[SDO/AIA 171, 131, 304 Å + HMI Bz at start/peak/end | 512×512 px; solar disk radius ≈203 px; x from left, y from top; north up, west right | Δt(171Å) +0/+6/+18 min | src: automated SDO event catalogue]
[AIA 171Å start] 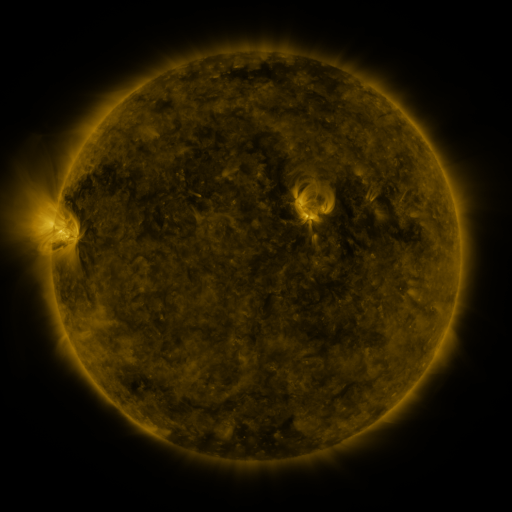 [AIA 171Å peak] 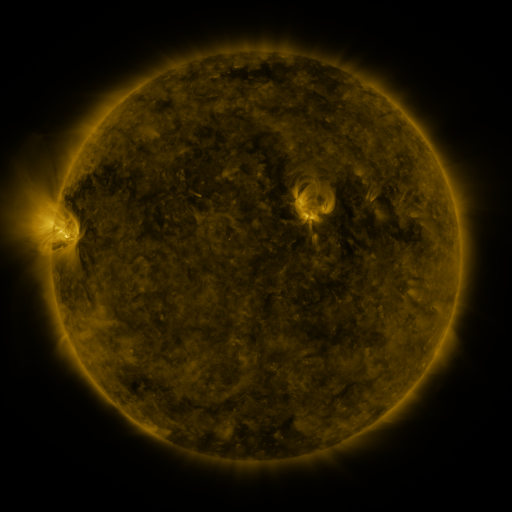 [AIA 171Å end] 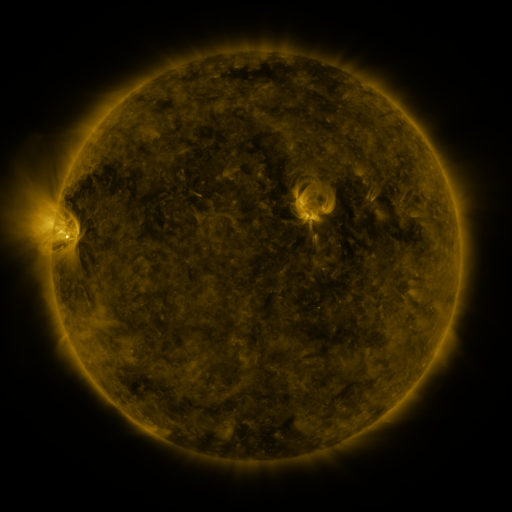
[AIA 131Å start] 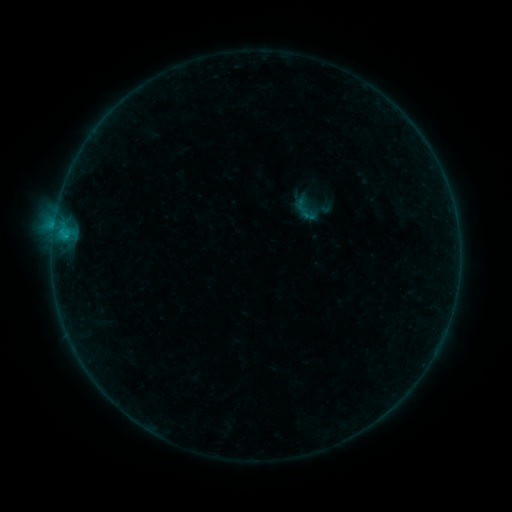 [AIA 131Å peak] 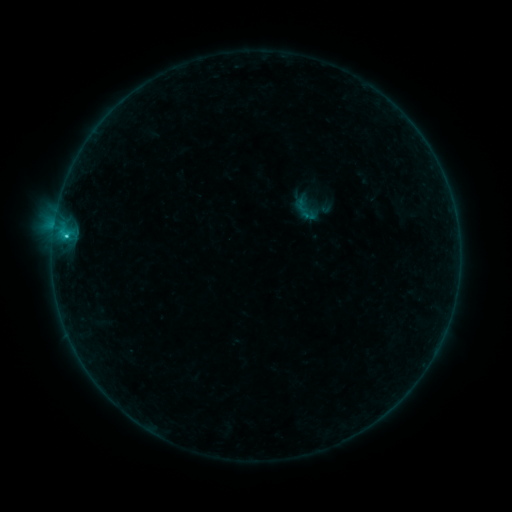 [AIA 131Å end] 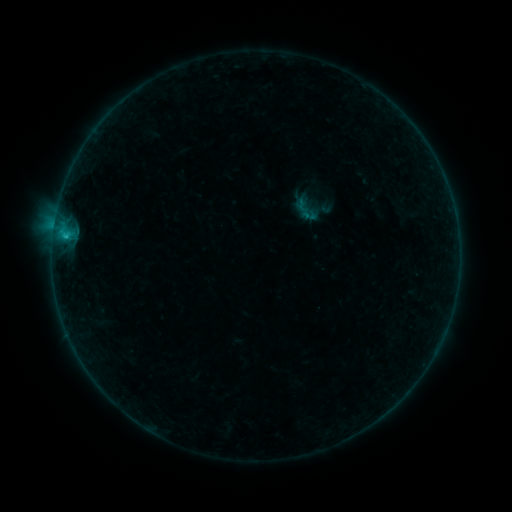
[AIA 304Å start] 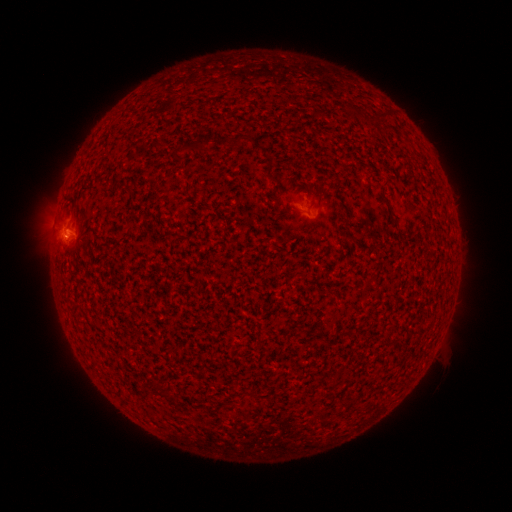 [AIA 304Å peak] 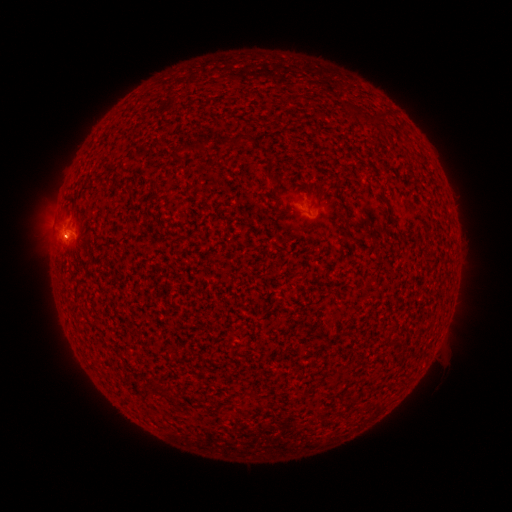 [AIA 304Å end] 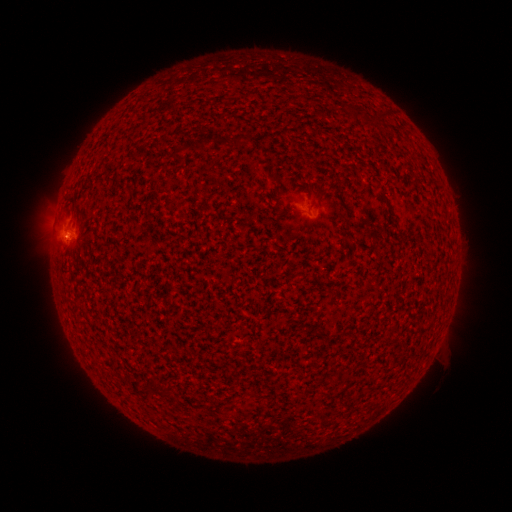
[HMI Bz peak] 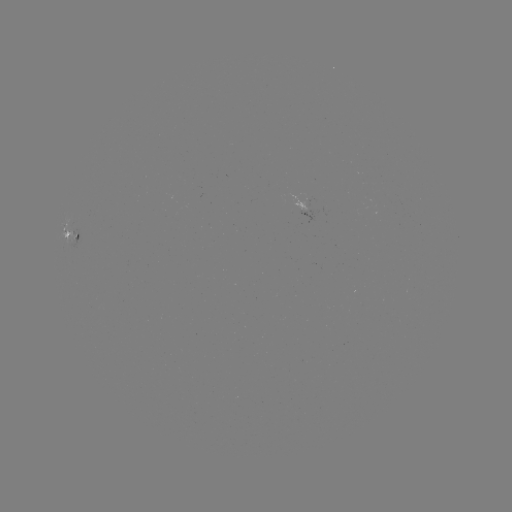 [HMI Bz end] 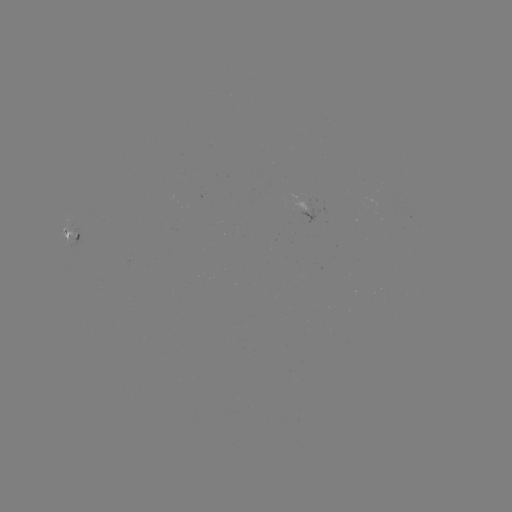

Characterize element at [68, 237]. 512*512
B8.4 flare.